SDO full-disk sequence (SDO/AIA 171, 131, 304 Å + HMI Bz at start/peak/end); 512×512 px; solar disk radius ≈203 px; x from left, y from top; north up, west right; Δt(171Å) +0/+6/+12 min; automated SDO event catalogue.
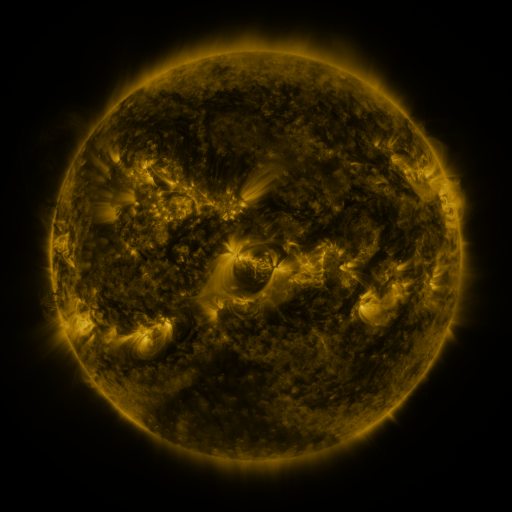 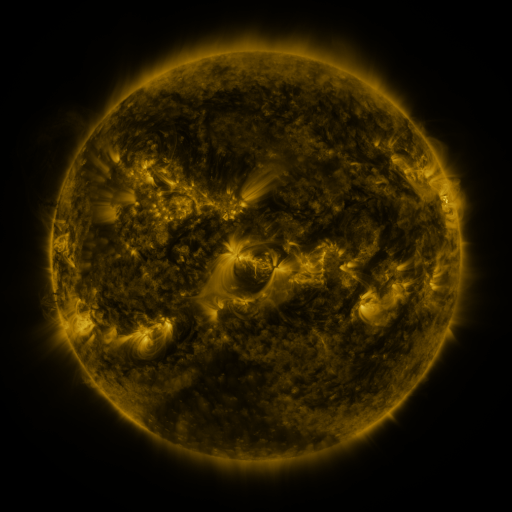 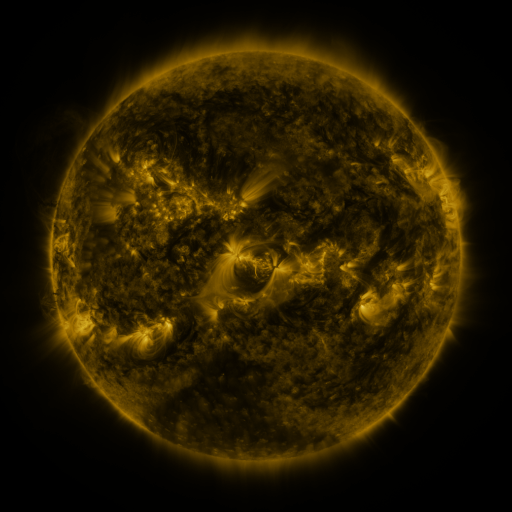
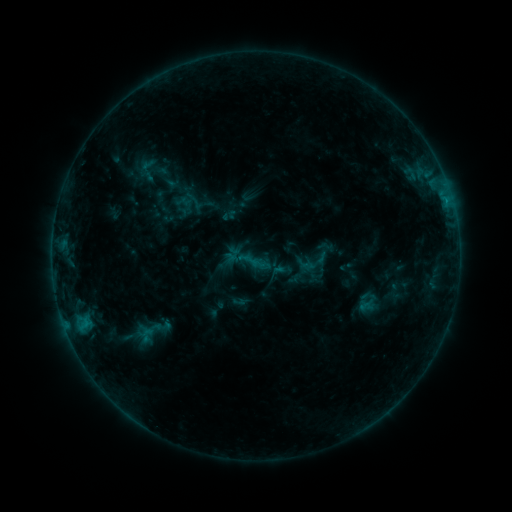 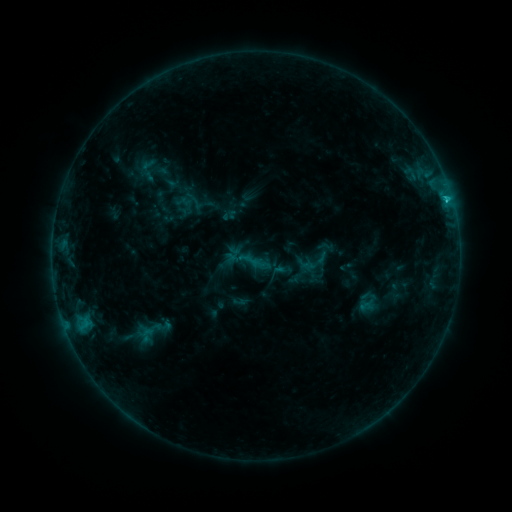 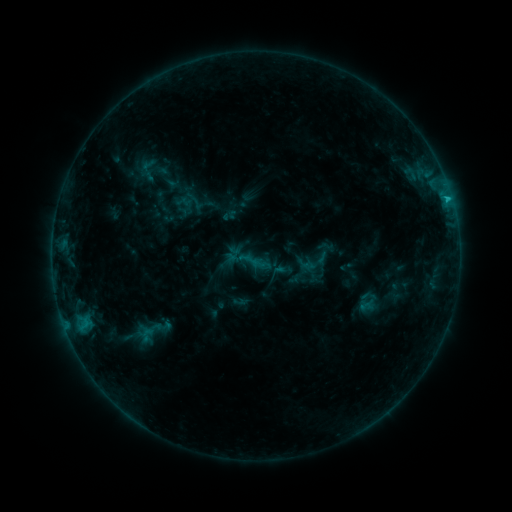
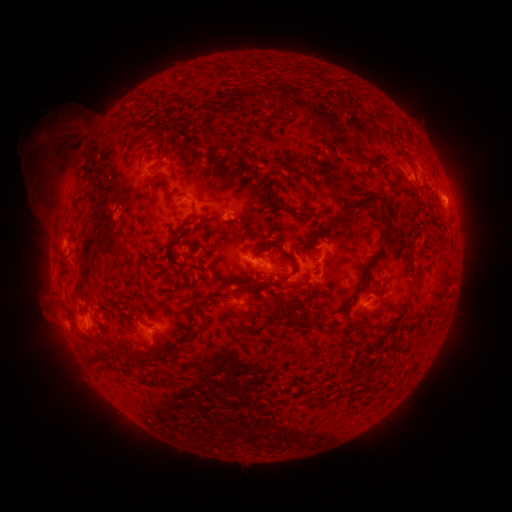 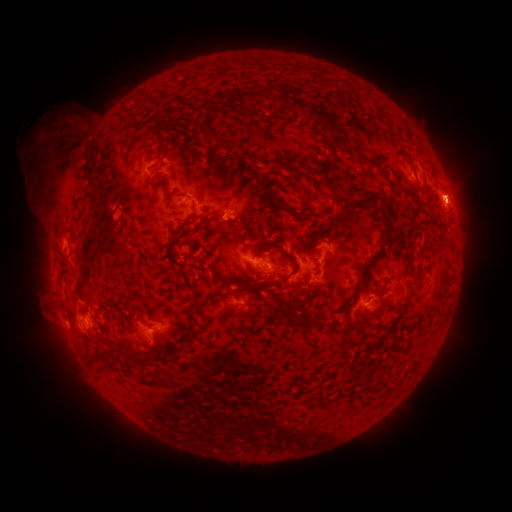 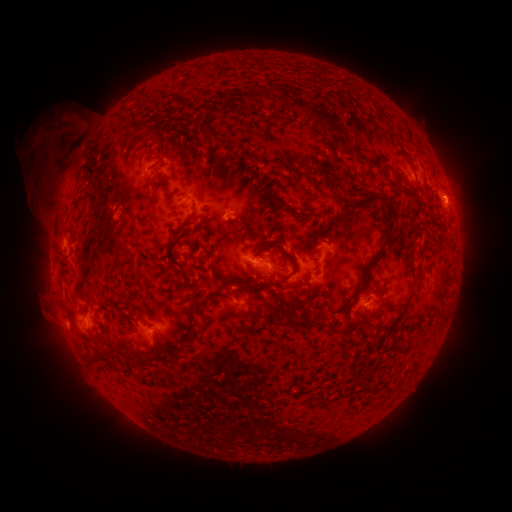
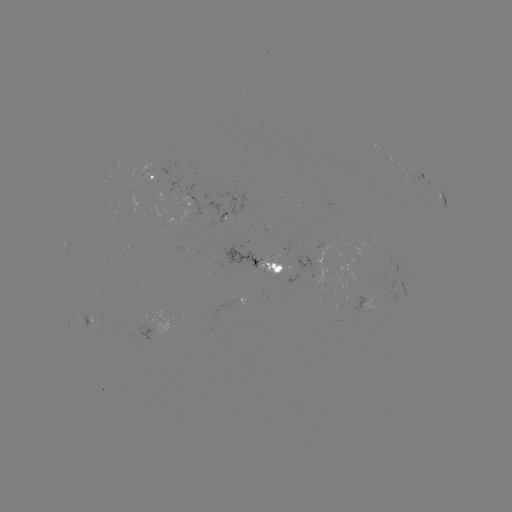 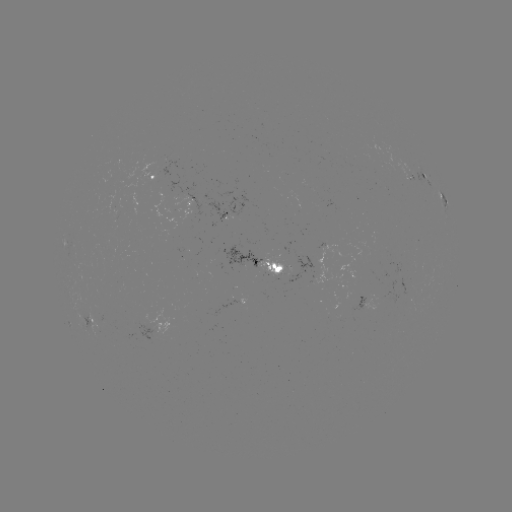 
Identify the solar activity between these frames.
C1.6 flare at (447, 201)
